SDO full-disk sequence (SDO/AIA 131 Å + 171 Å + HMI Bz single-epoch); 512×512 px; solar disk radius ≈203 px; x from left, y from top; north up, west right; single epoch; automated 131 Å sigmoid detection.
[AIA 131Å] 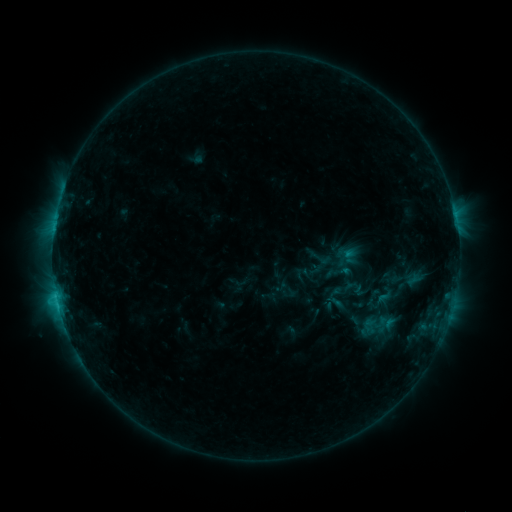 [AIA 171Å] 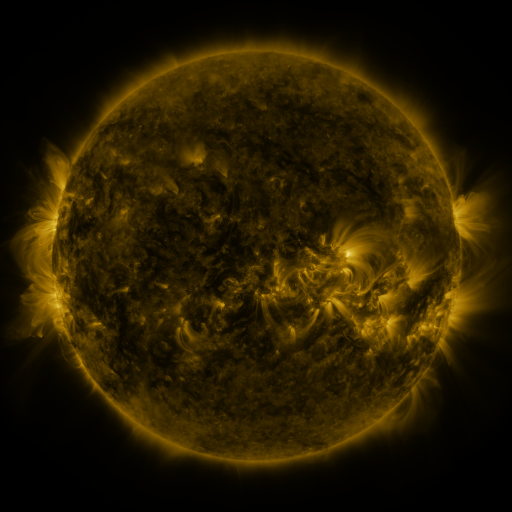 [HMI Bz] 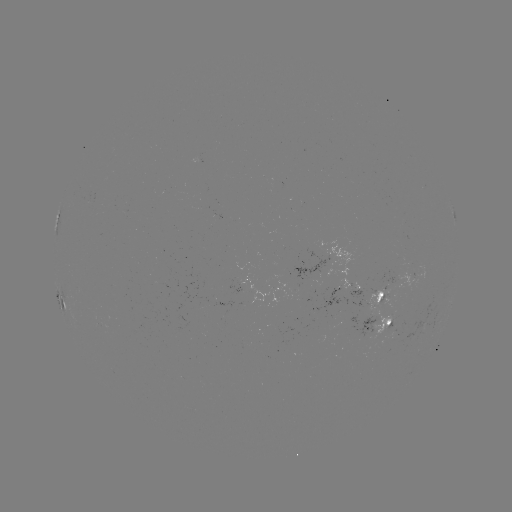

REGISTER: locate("sigmoid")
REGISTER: [321, 258]